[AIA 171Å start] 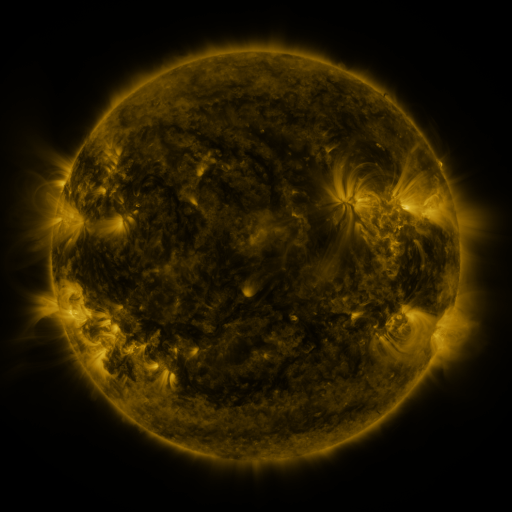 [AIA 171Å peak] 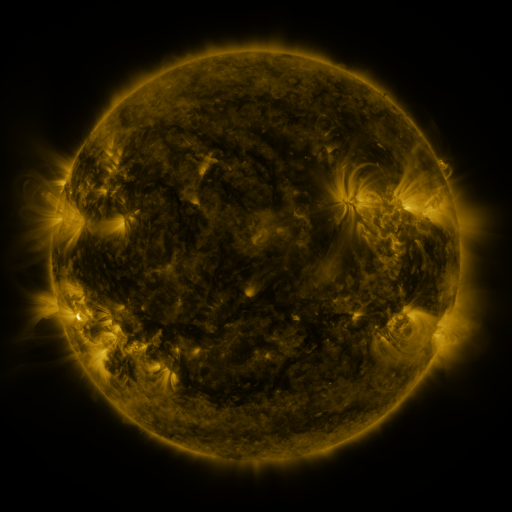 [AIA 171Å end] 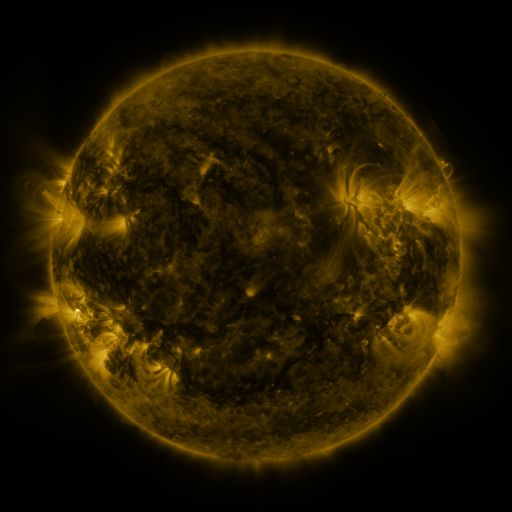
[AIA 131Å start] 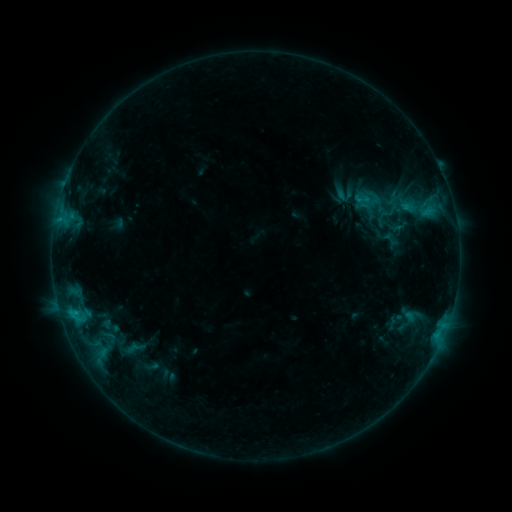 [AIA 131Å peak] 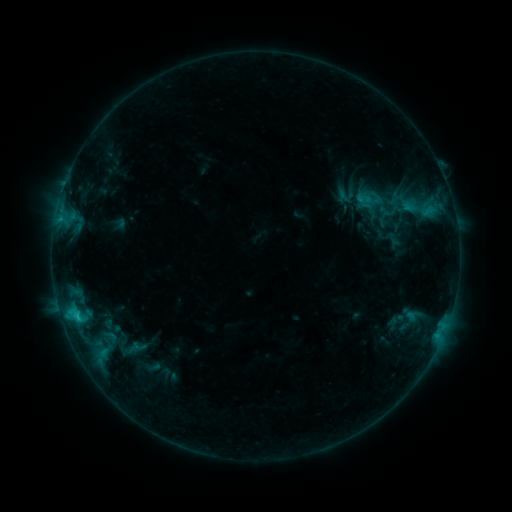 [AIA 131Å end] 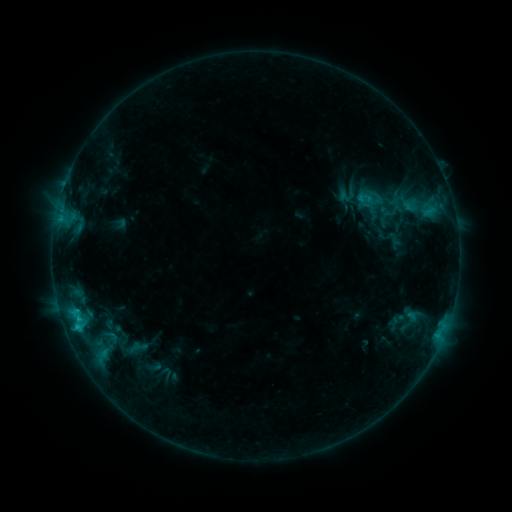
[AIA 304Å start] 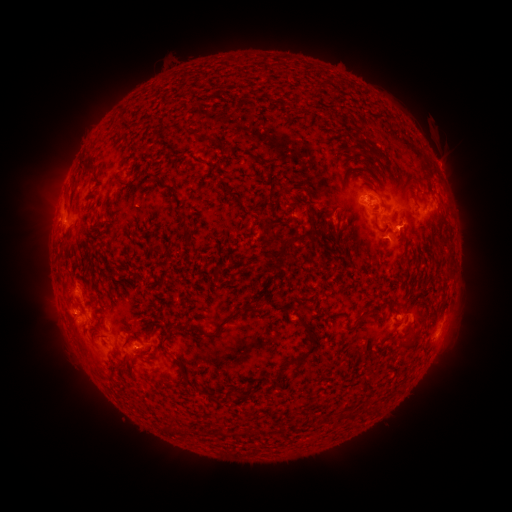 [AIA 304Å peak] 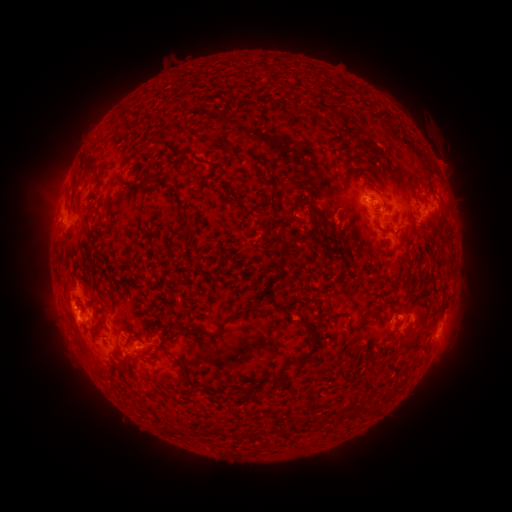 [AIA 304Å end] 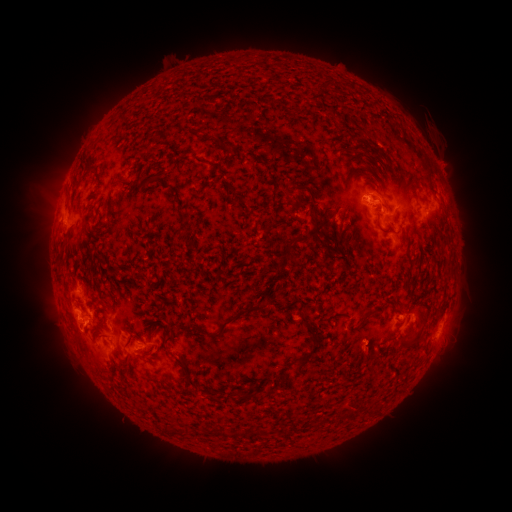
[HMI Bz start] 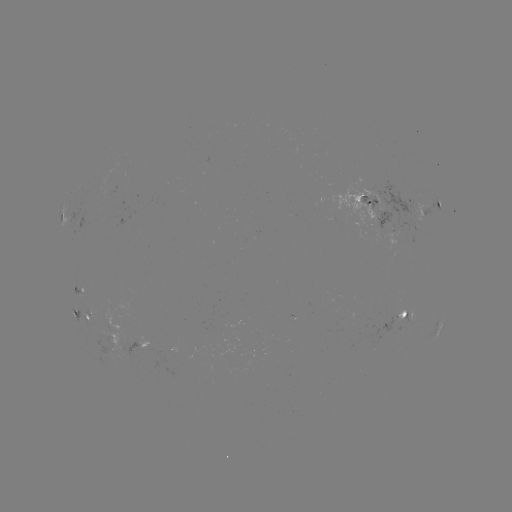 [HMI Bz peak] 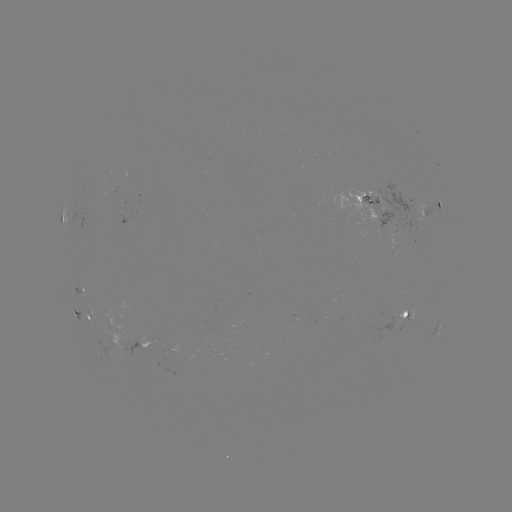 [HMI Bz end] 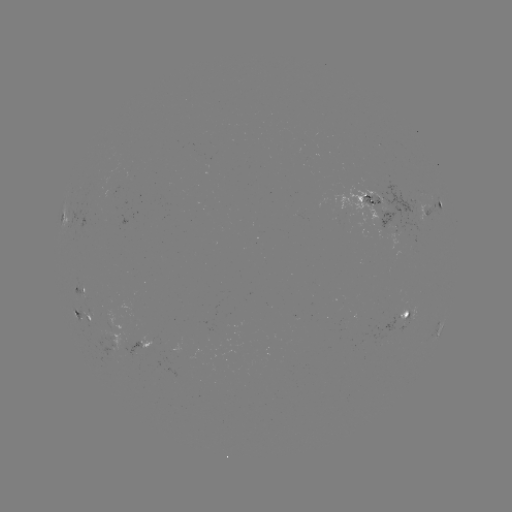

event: emerging-flux region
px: (413, 317)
